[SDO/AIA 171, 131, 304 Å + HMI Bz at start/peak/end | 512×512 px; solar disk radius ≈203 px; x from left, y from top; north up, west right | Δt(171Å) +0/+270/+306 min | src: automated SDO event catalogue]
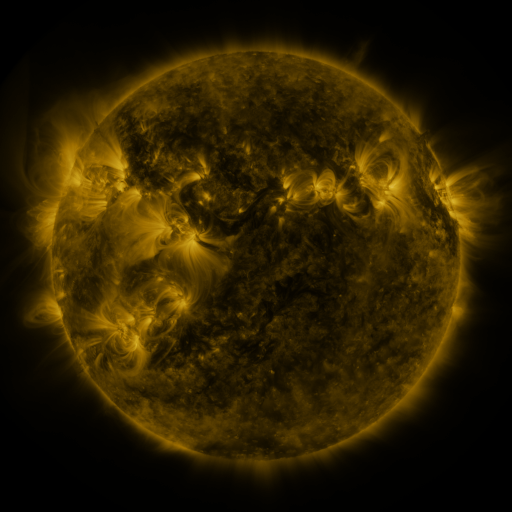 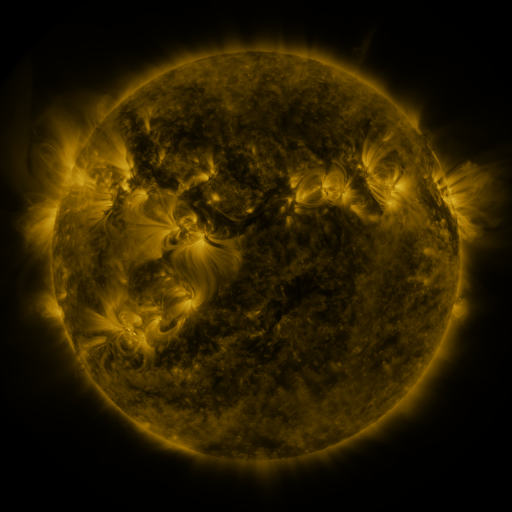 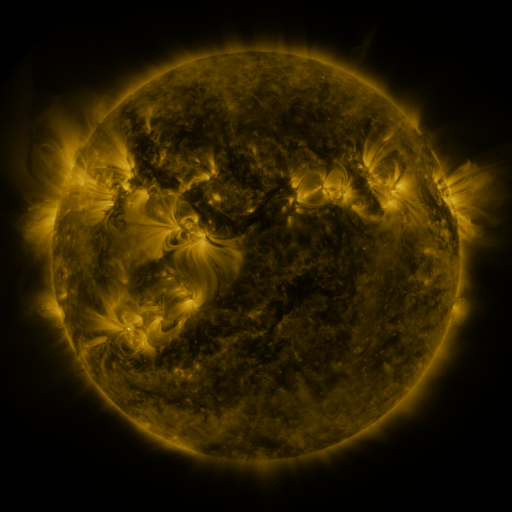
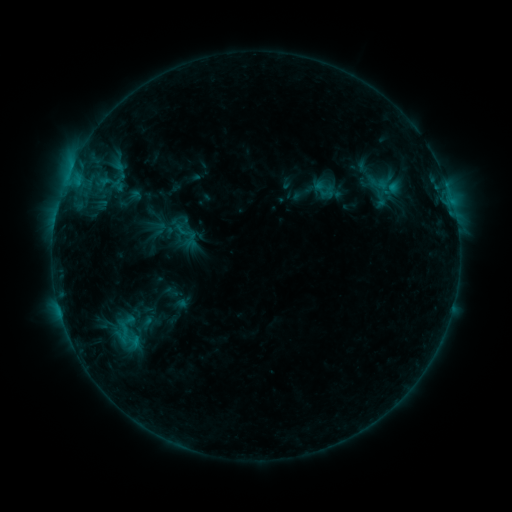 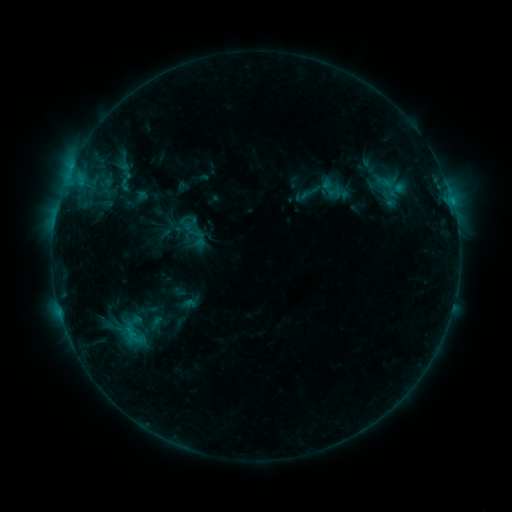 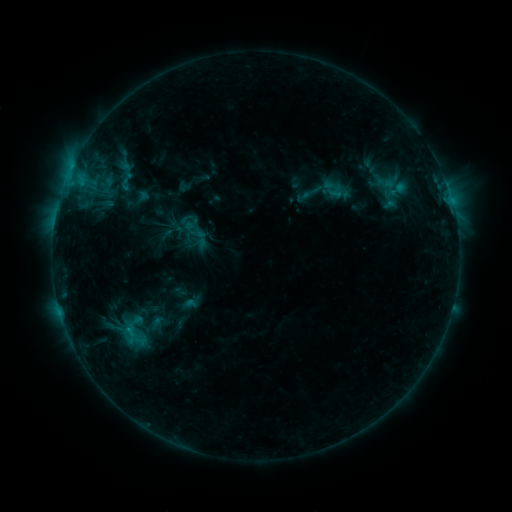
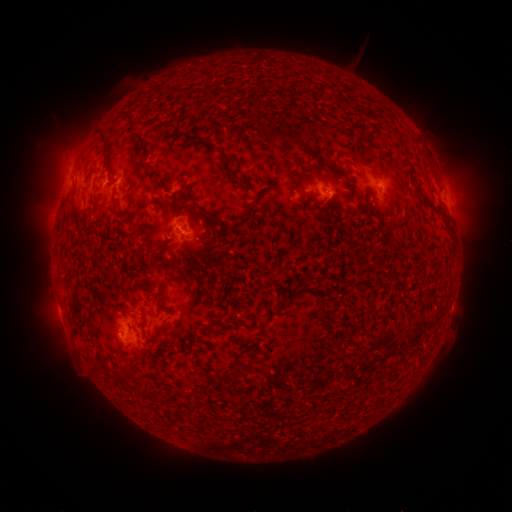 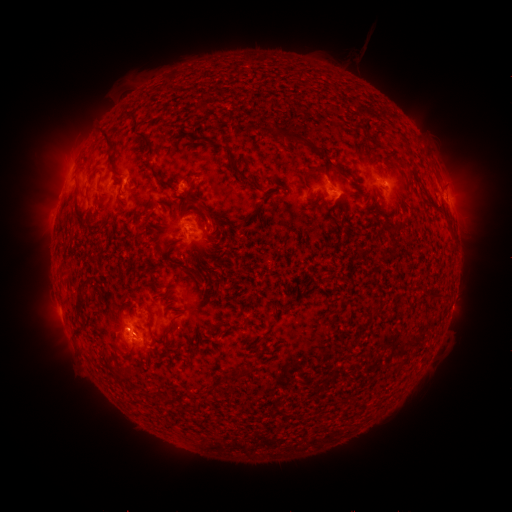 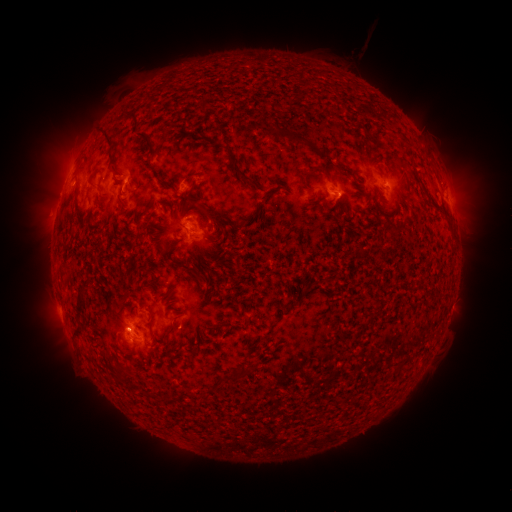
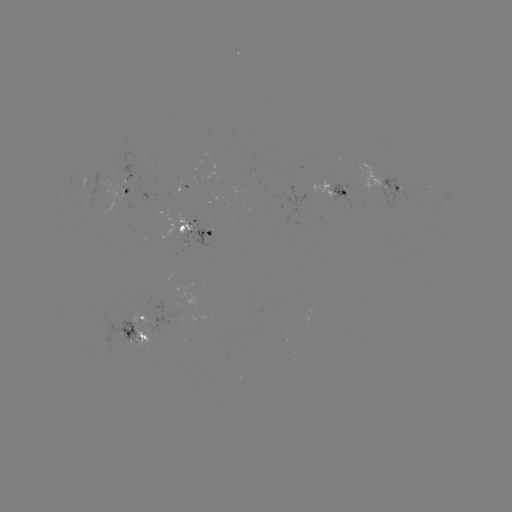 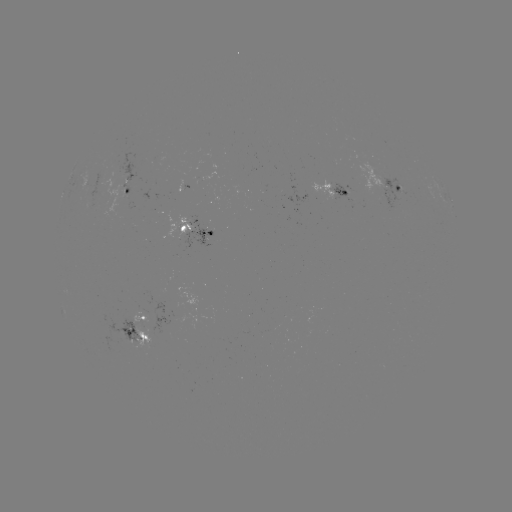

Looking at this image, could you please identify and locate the emerging-flux region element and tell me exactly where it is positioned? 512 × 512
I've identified emerging-flux region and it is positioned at [121, 338].